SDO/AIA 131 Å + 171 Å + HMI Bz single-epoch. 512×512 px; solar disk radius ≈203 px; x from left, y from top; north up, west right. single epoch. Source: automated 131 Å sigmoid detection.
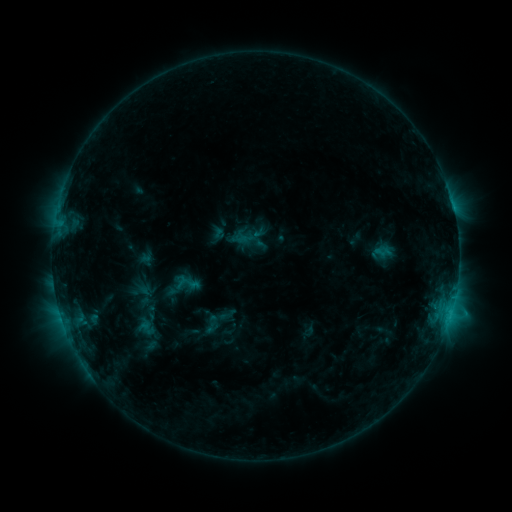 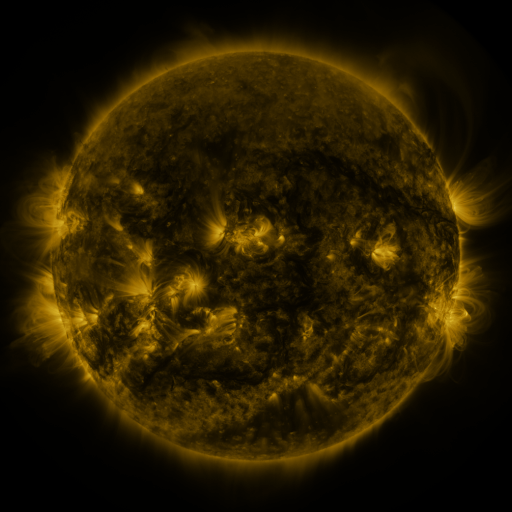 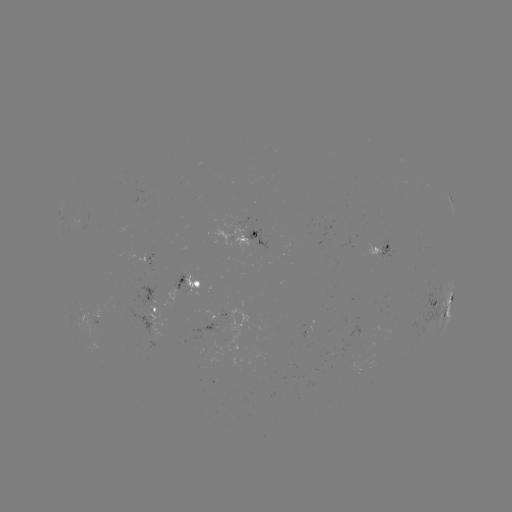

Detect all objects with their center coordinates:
sigmoid: (182, 282)
